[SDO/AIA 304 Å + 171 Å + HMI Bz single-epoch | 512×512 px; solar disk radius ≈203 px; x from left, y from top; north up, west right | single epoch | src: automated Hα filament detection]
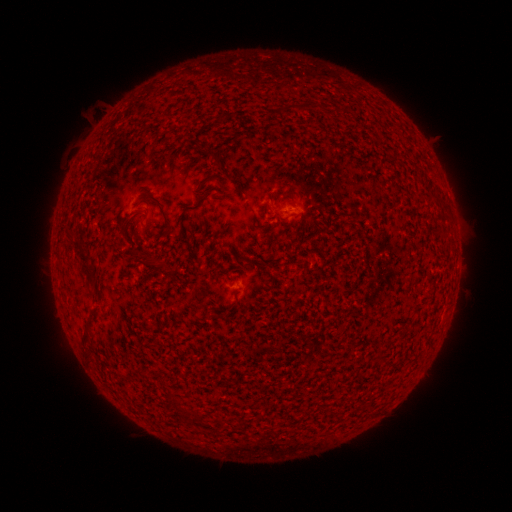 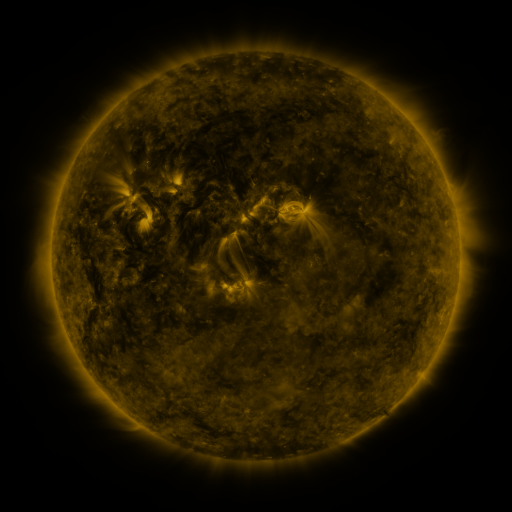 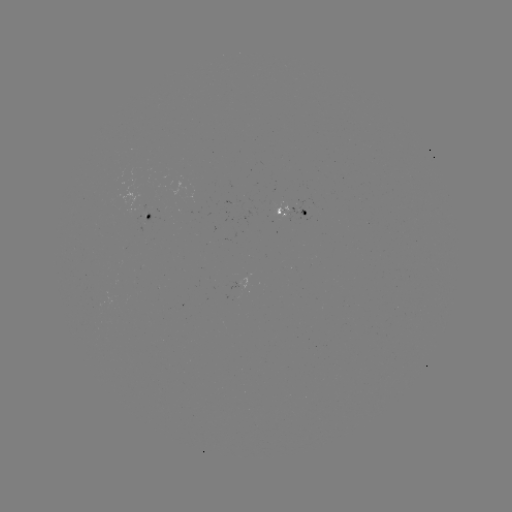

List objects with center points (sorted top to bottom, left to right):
filament: (322, 105)
filament: (296, 106)
filament: (210, 153)
filament: (158, 201)
filament: (169, 229)
filament: (70, 235)
filament: (147, 260)
filament: (83, 265)
filament: (86, 336)
filament: (88, 355)
